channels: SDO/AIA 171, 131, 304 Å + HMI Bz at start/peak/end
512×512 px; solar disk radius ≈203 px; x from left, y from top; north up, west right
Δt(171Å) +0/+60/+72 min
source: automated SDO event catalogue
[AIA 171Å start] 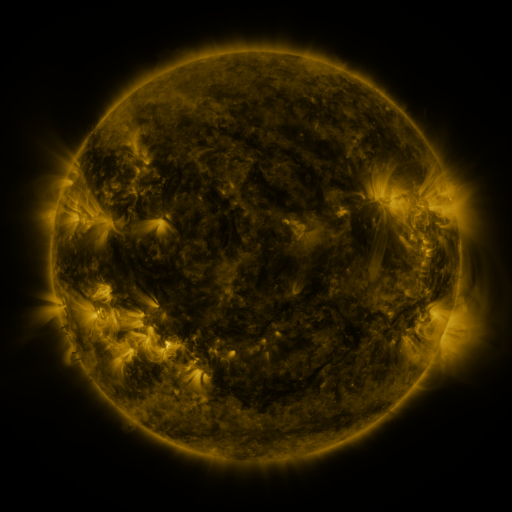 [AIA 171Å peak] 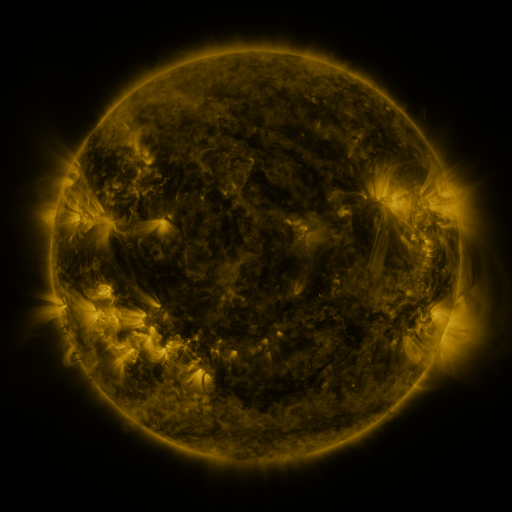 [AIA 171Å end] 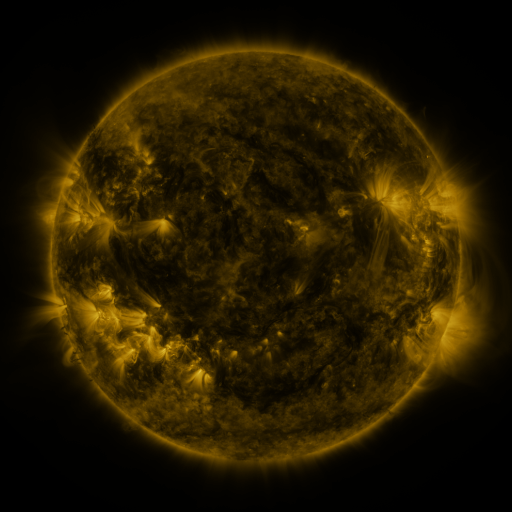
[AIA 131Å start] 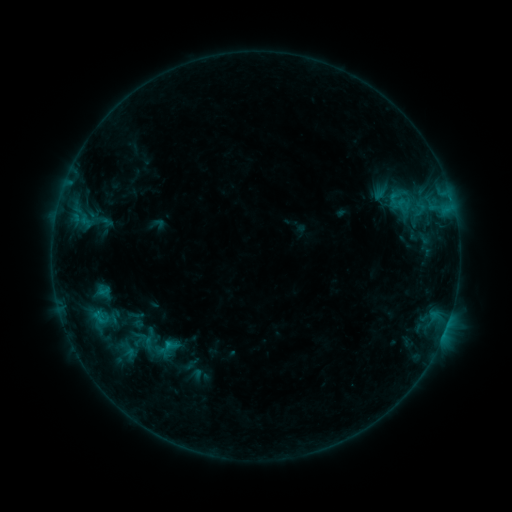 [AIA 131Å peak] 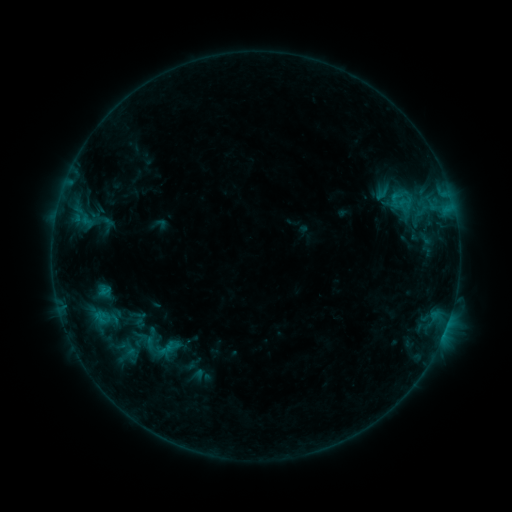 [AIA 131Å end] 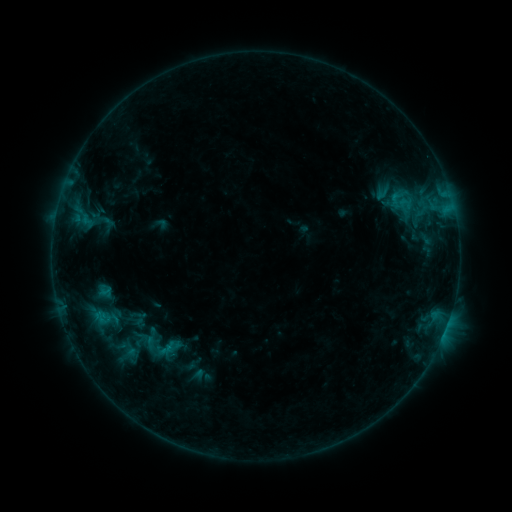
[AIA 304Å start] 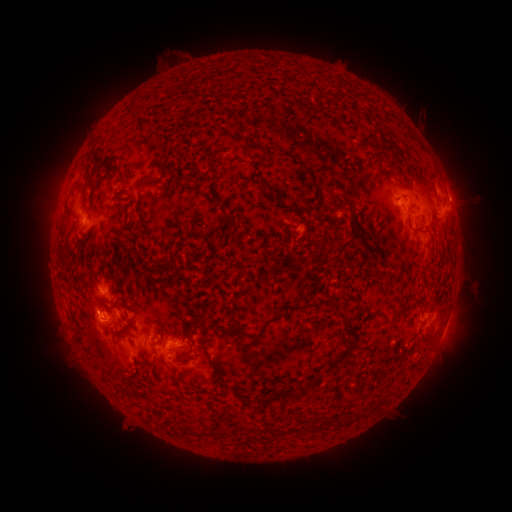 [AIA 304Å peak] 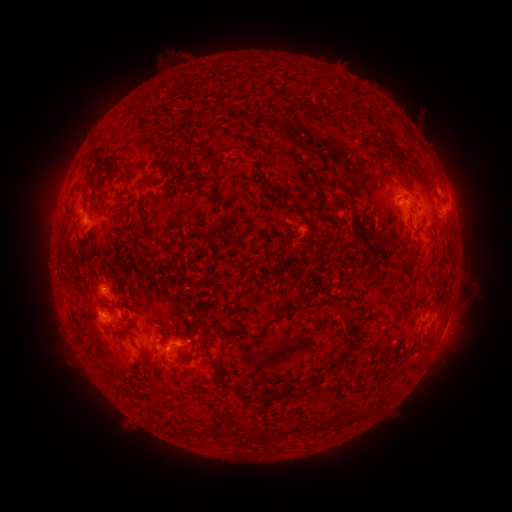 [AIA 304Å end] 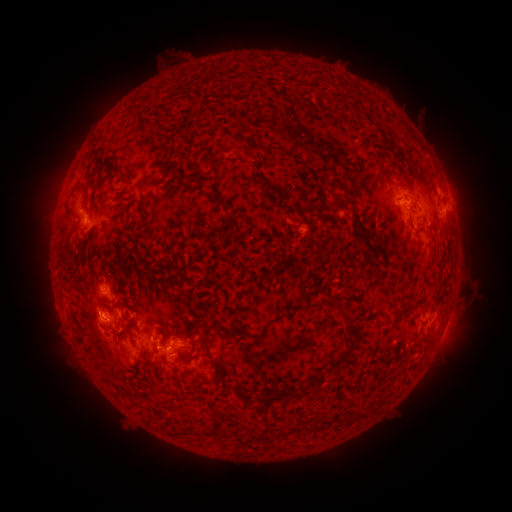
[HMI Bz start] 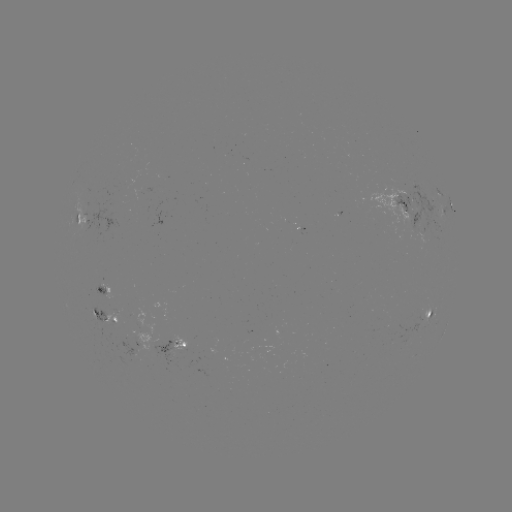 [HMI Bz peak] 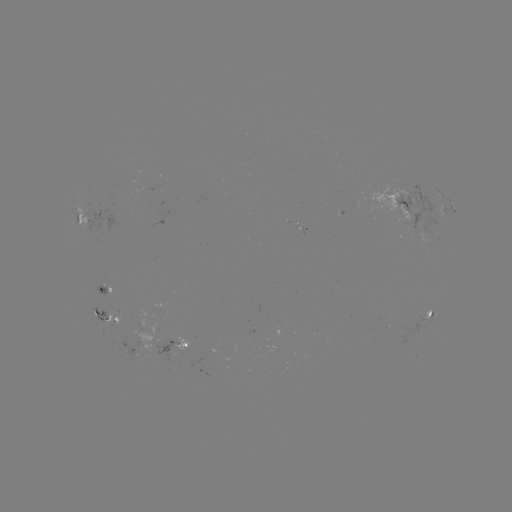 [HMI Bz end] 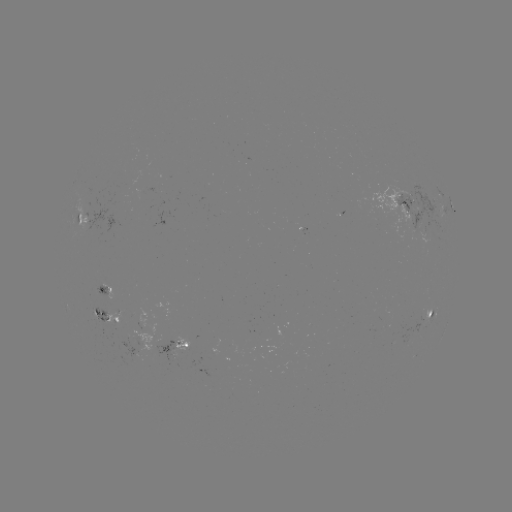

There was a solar emerging-flux region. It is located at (86, 217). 